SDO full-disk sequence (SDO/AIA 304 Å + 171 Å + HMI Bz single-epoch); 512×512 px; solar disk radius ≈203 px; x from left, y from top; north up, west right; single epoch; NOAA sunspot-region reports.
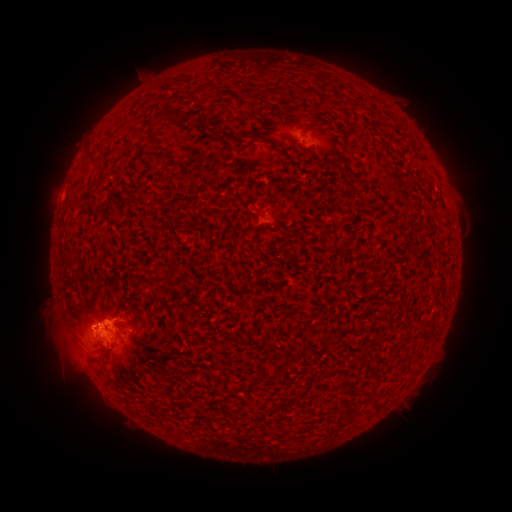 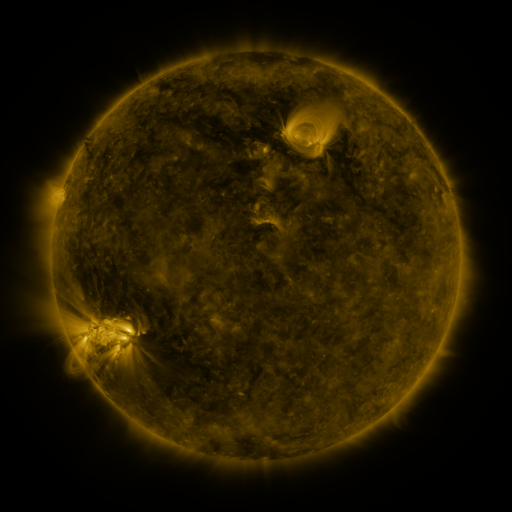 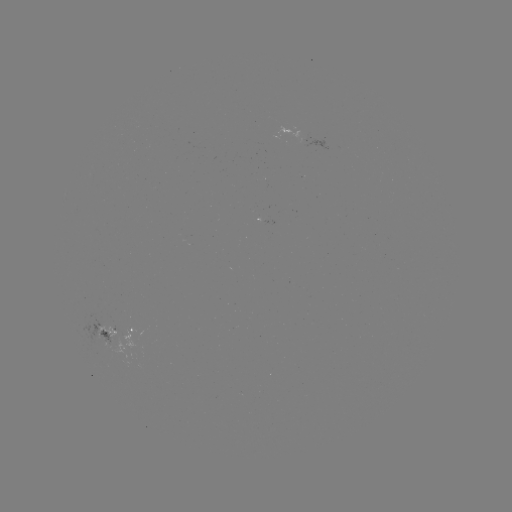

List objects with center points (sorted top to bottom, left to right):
spotted active region: (290, 132)
spotted active region: (262, 223)
spotted active region: (111, 327)
